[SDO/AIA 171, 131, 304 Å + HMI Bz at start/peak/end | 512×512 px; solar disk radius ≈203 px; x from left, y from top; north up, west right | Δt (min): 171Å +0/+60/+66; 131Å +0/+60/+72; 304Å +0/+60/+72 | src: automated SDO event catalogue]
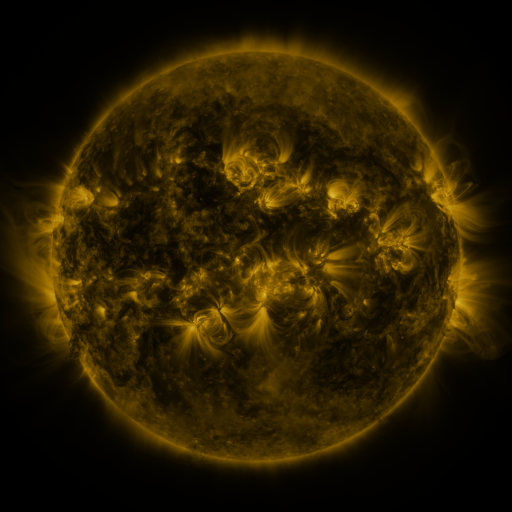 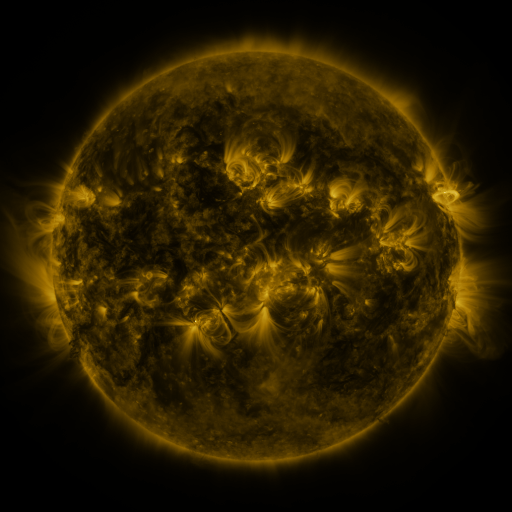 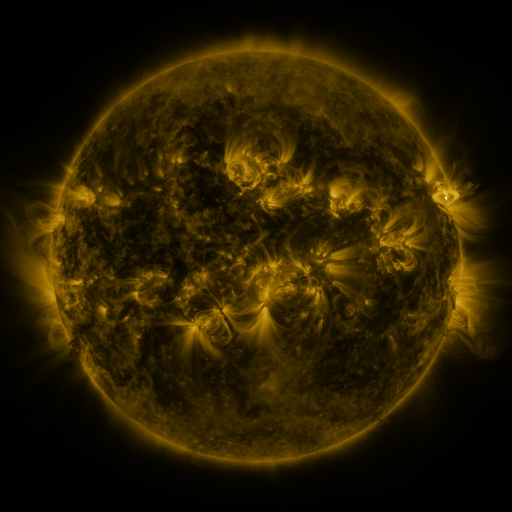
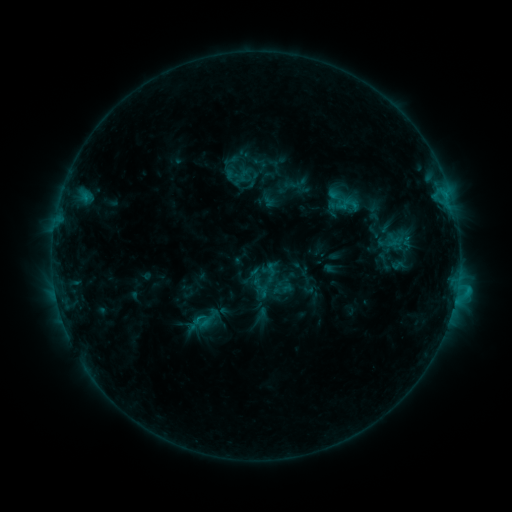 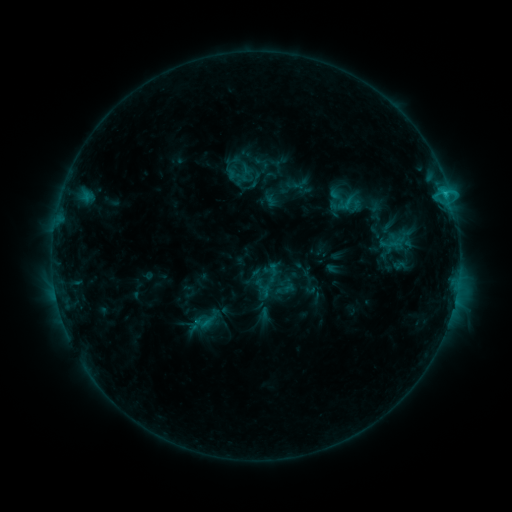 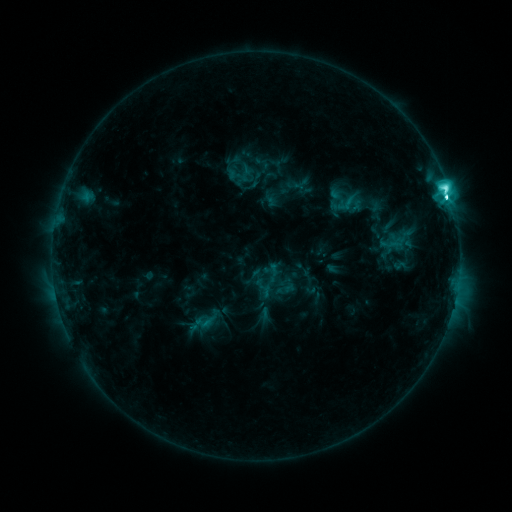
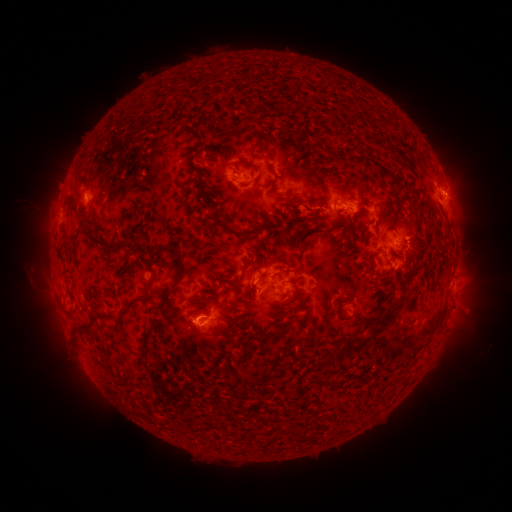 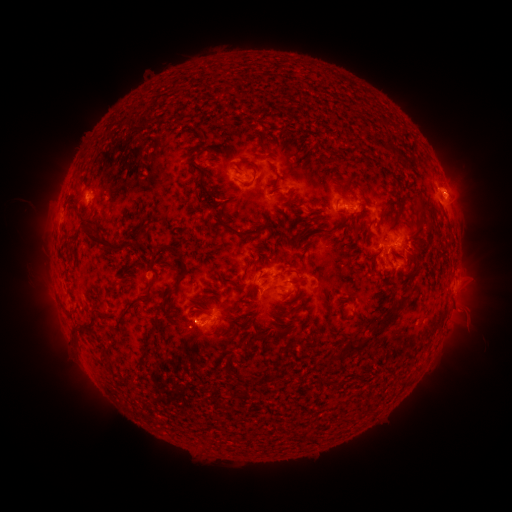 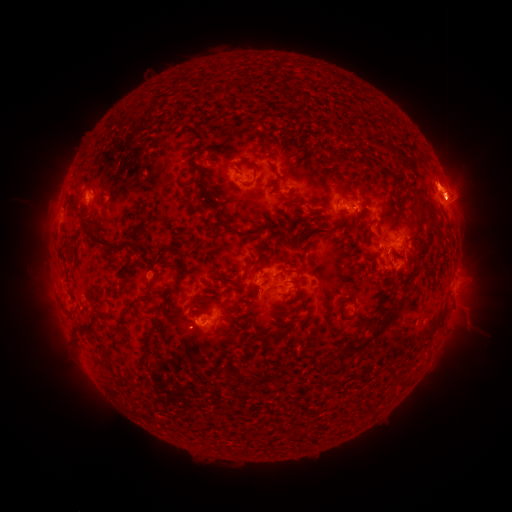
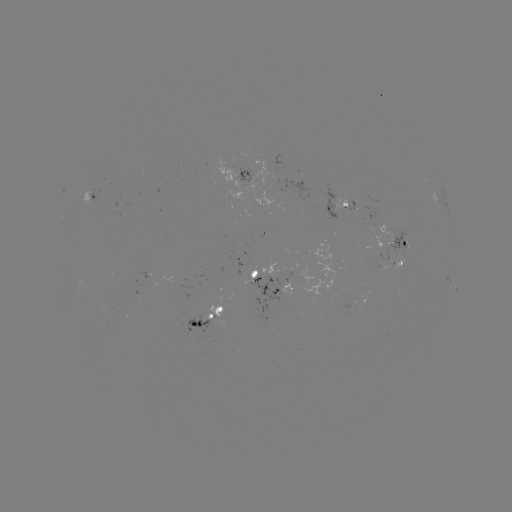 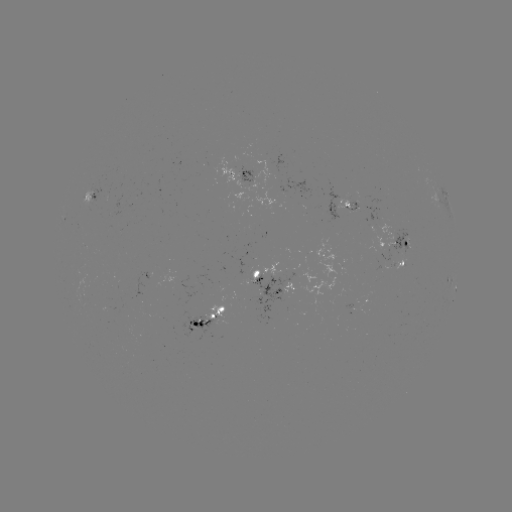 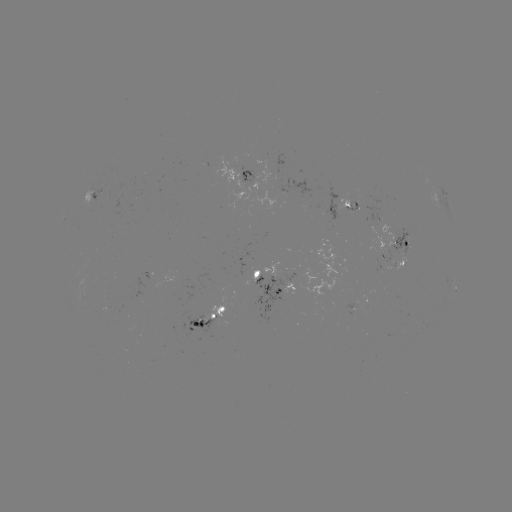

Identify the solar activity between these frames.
emerging-flux region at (254, 271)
